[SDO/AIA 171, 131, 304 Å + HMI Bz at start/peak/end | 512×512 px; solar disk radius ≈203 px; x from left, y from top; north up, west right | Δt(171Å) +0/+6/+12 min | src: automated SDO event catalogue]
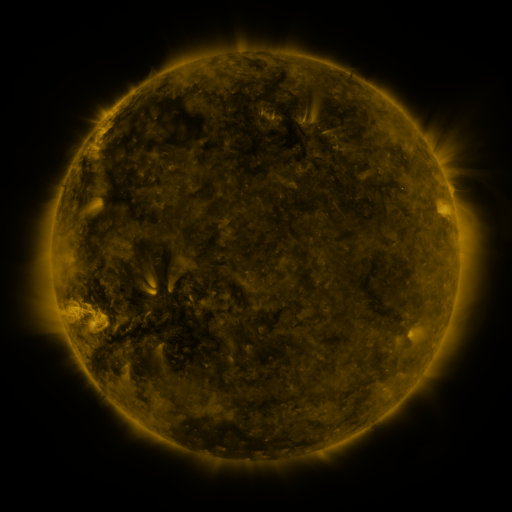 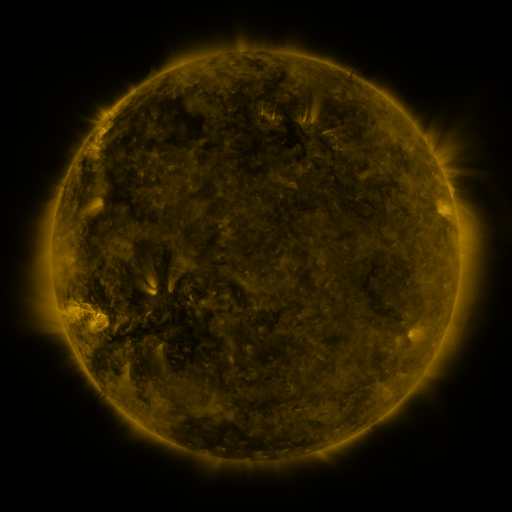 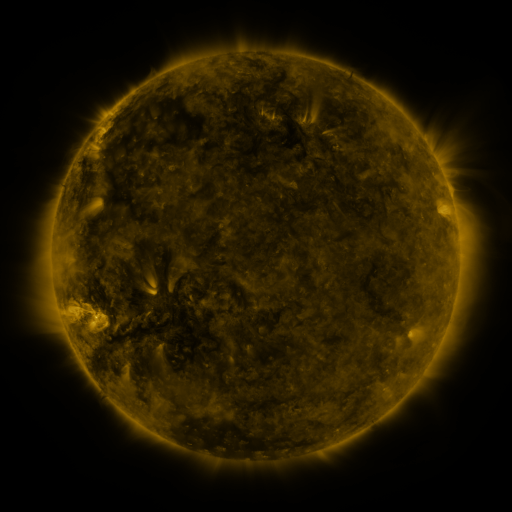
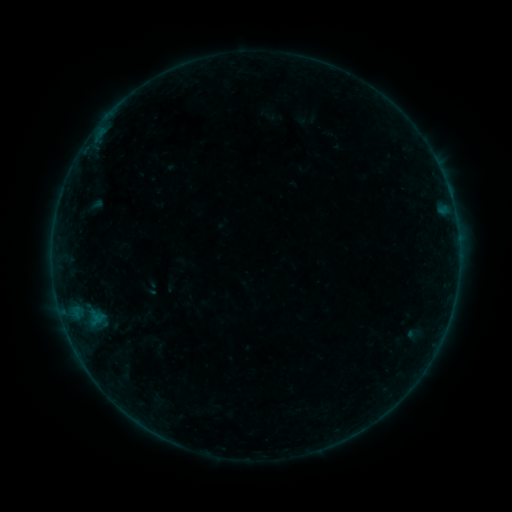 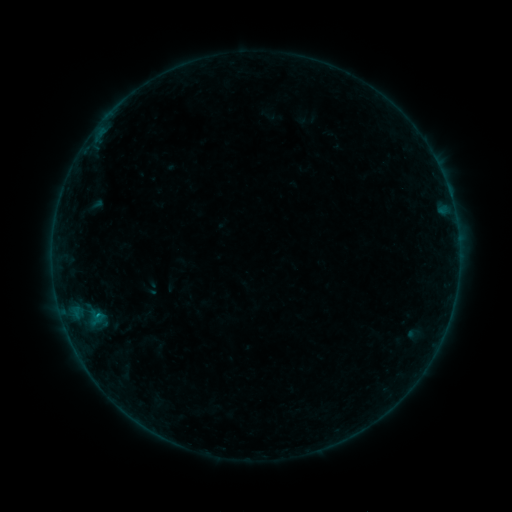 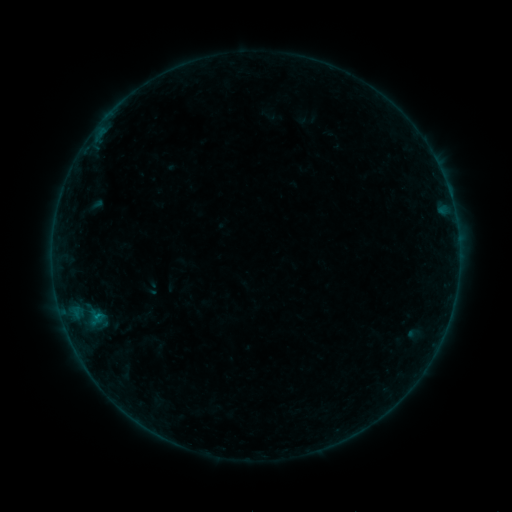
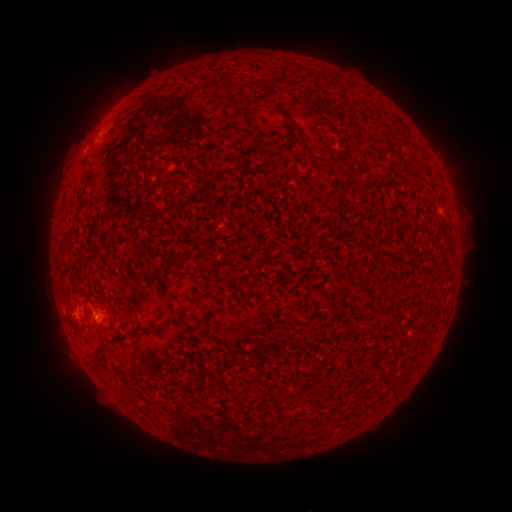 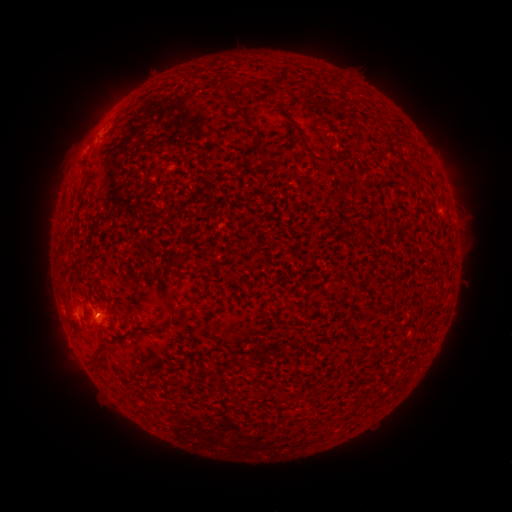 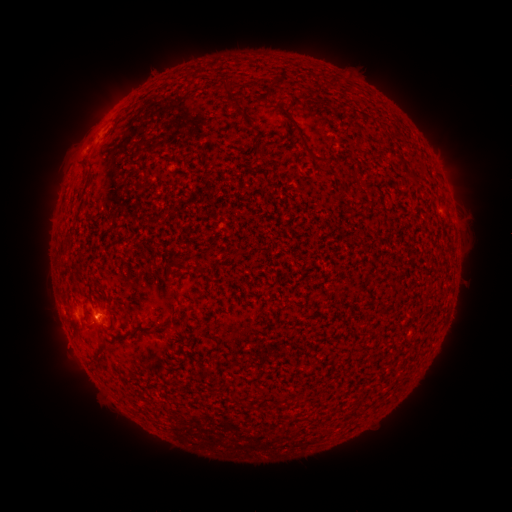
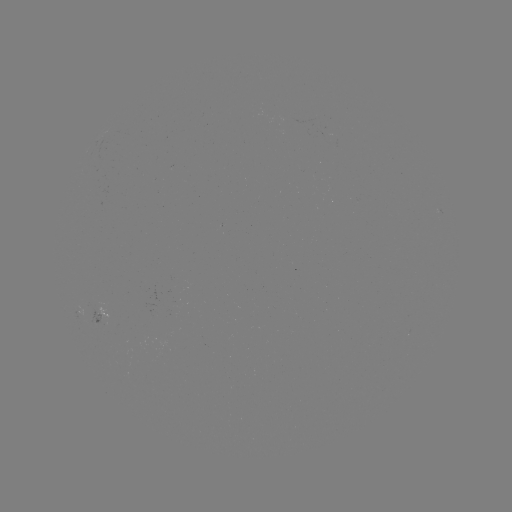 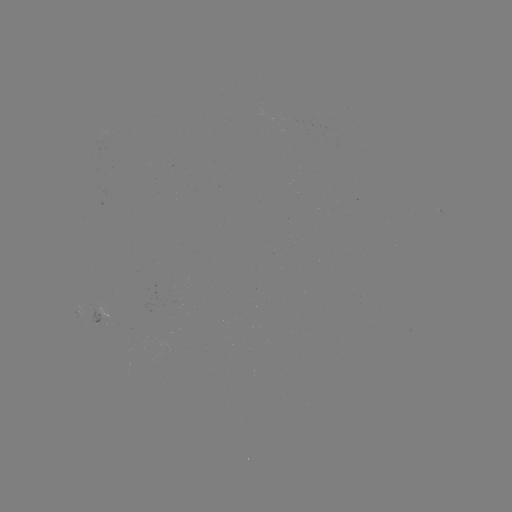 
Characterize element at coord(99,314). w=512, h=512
B1.8 flare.